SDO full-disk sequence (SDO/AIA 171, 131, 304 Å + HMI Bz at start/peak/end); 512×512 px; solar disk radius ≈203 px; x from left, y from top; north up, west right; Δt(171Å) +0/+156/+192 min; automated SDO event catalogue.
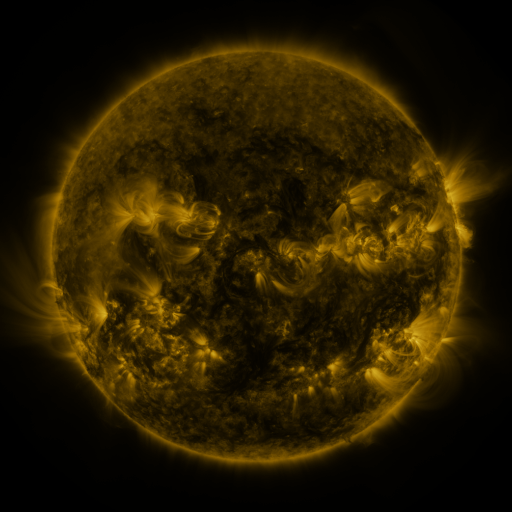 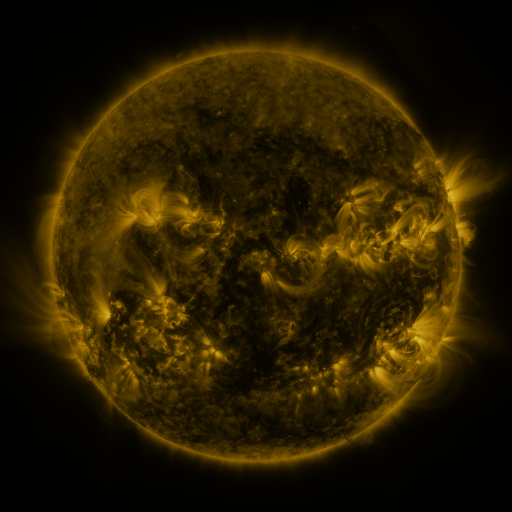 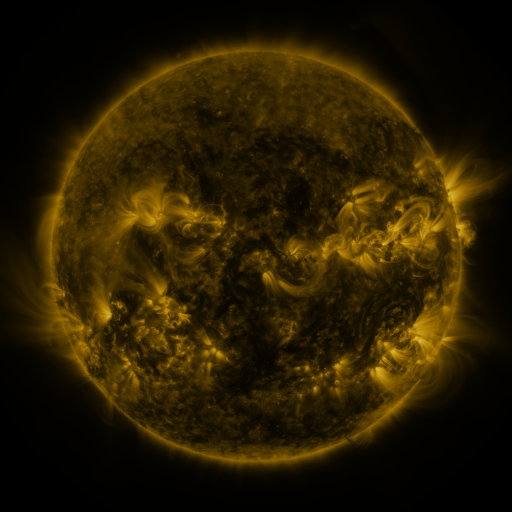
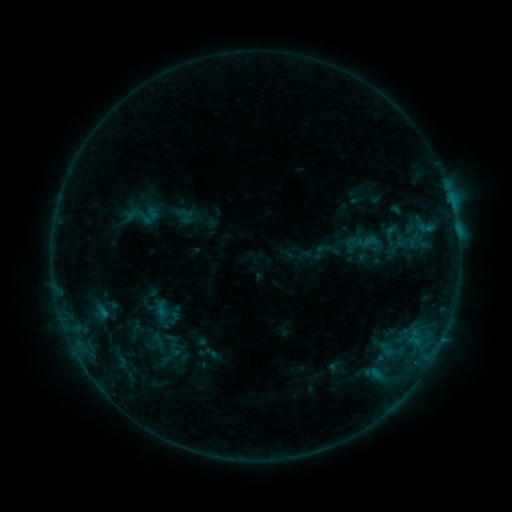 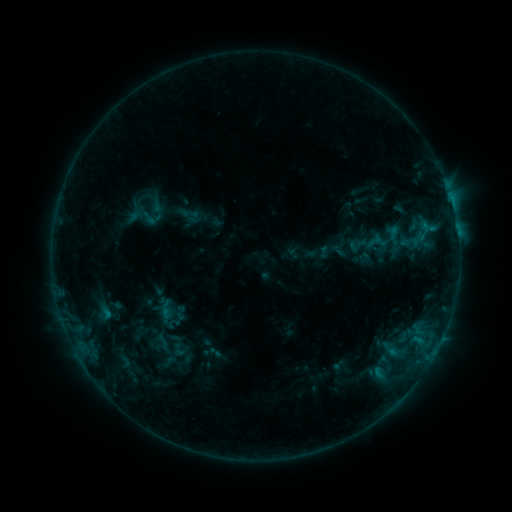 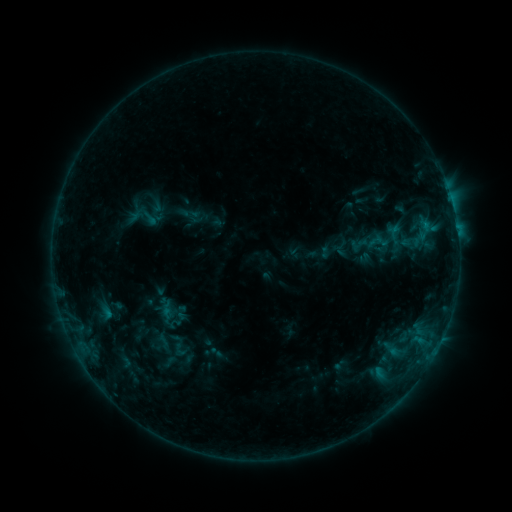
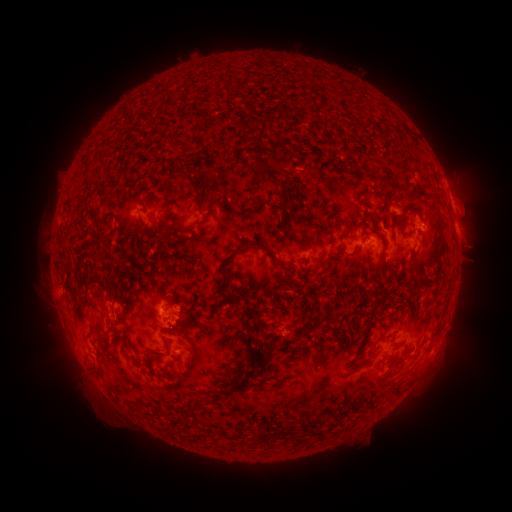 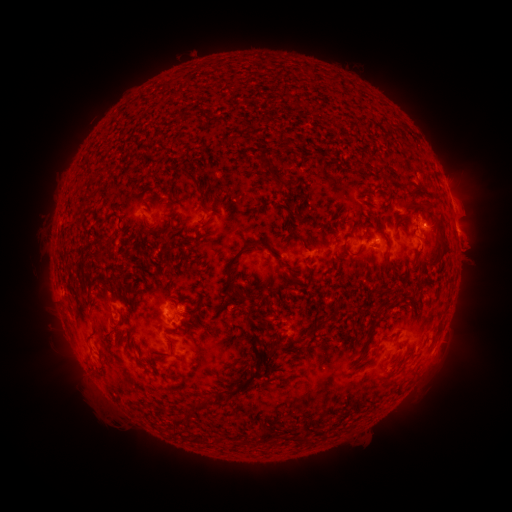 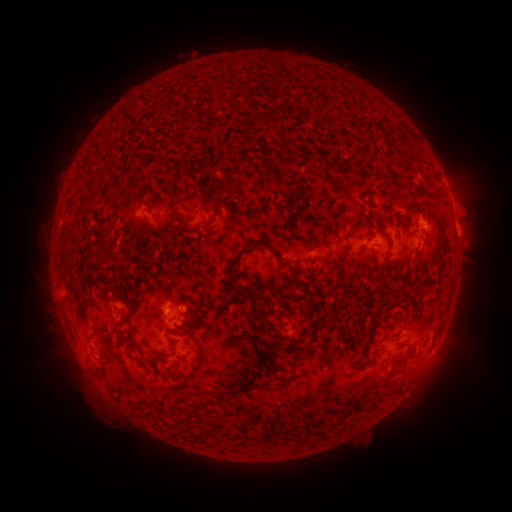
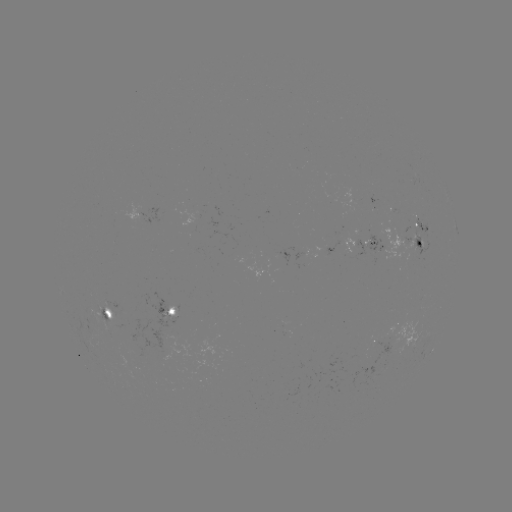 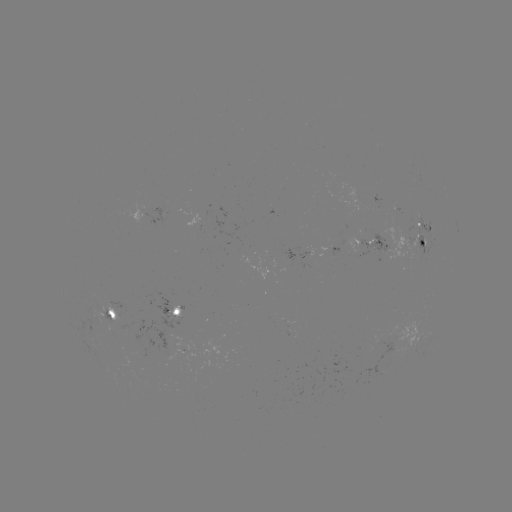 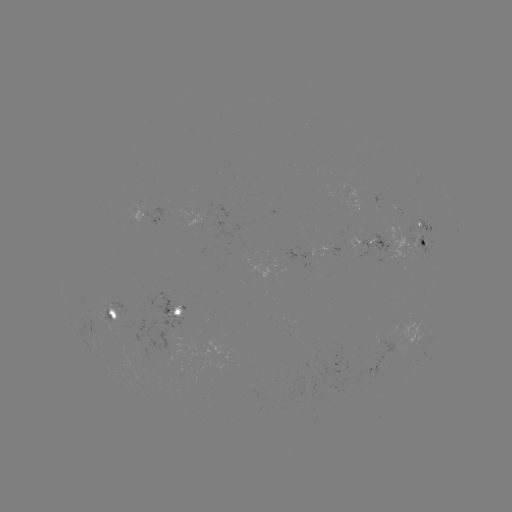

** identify emerging-flux region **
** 418,247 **